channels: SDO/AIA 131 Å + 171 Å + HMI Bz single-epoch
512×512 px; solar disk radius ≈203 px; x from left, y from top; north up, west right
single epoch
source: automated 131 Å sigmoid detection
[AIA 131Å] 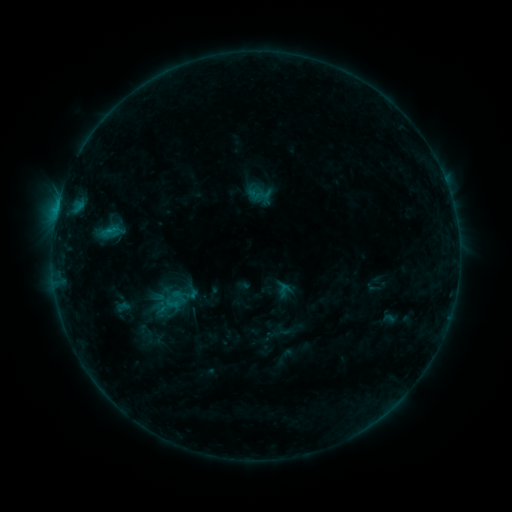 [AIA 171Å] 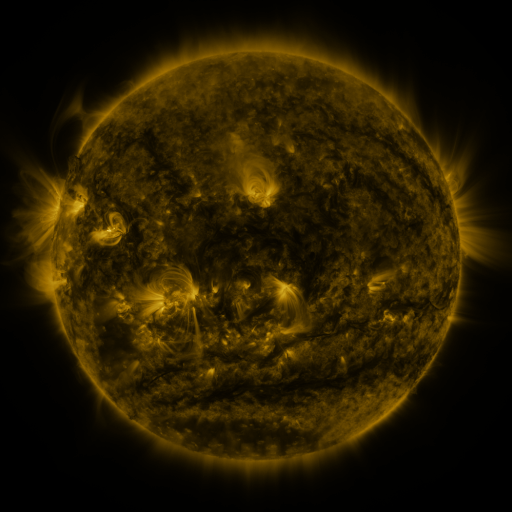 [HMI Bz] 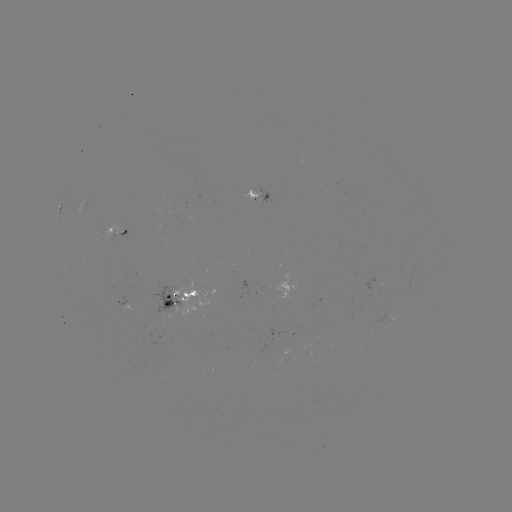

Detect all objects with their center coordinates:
sigmoid: [254, 186, 273, 204]
sigmoid: [161, 294, 183, 312]
